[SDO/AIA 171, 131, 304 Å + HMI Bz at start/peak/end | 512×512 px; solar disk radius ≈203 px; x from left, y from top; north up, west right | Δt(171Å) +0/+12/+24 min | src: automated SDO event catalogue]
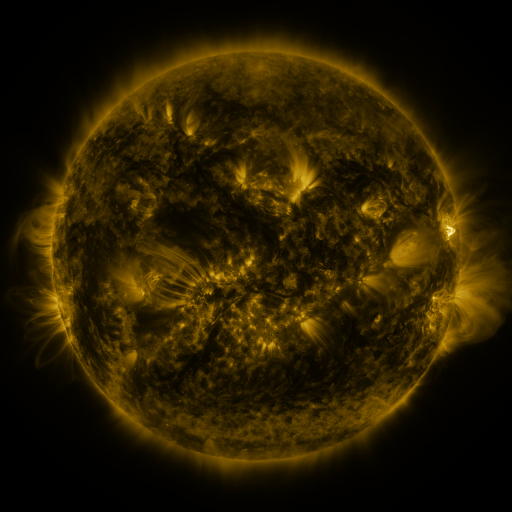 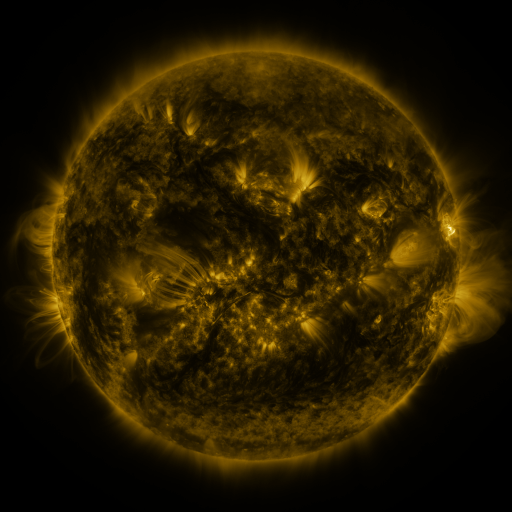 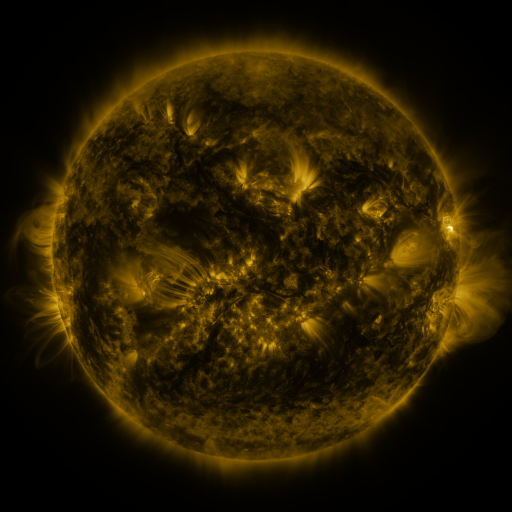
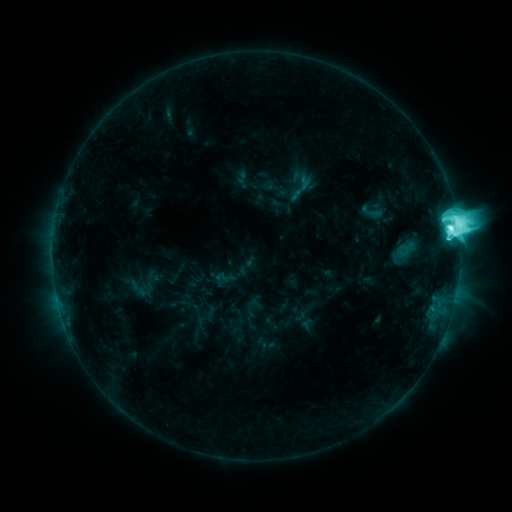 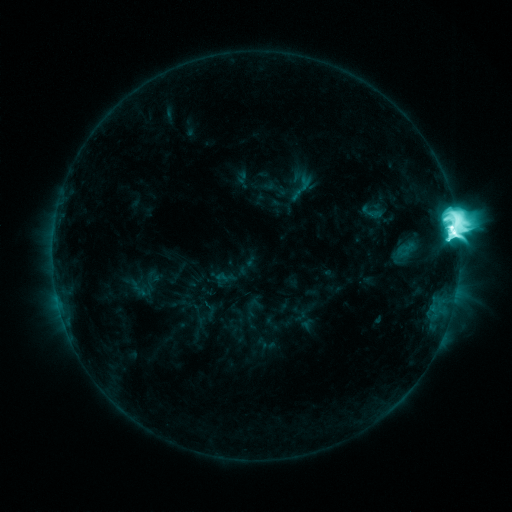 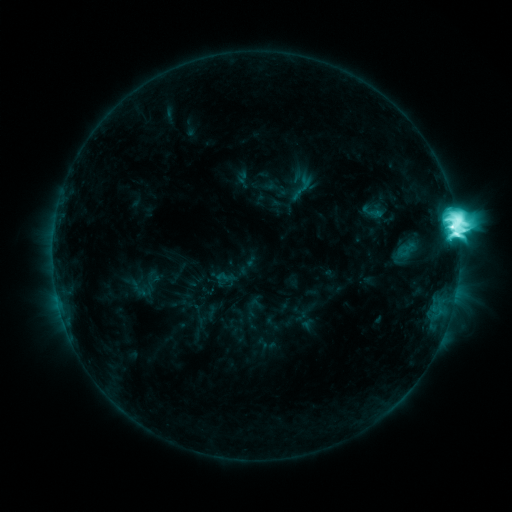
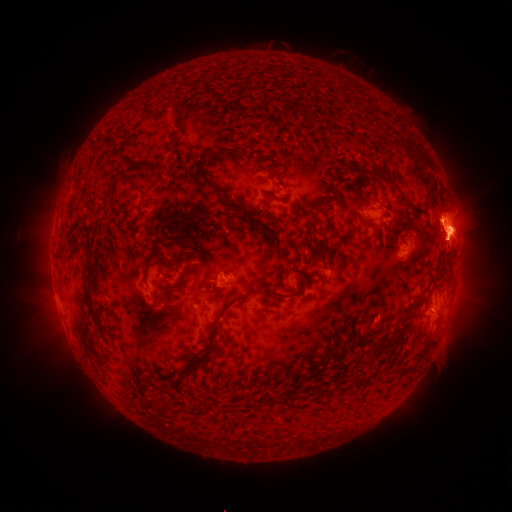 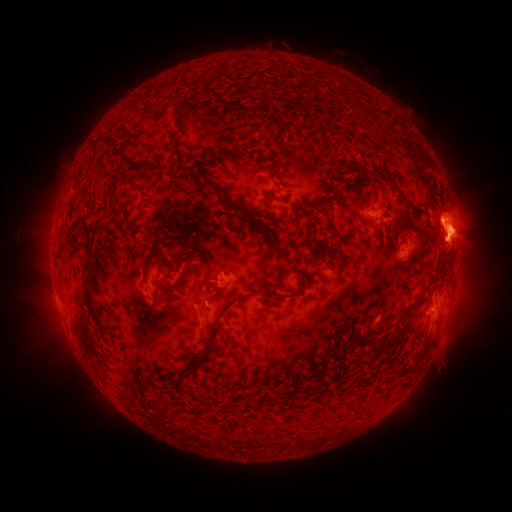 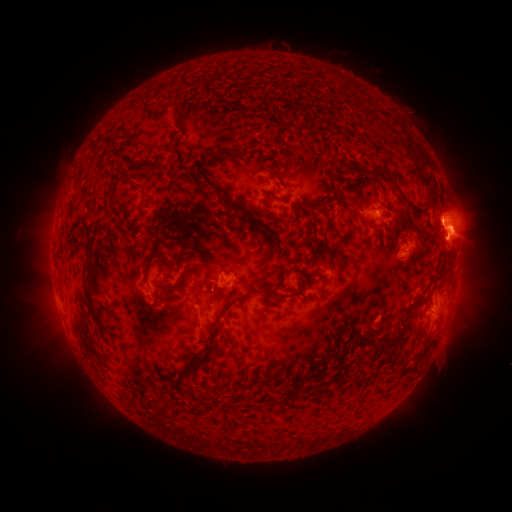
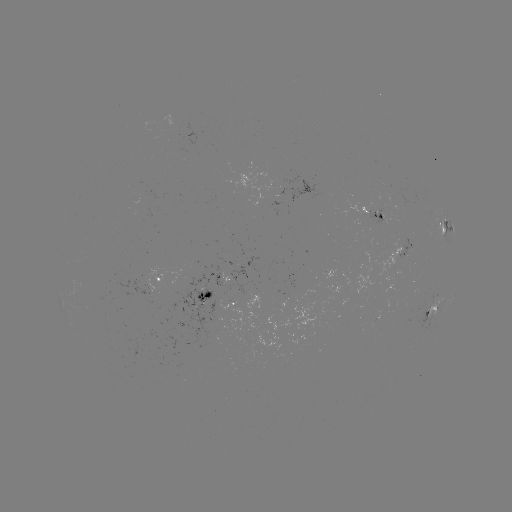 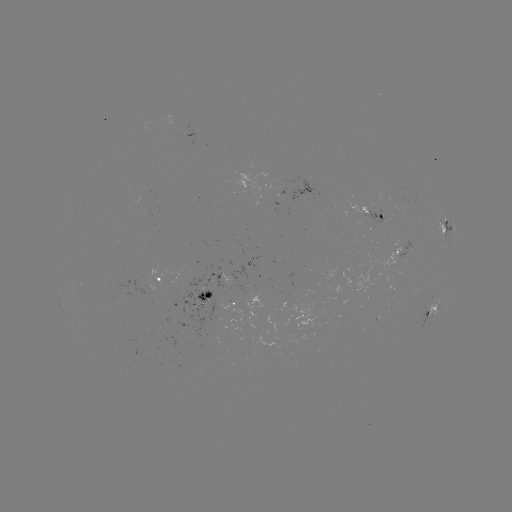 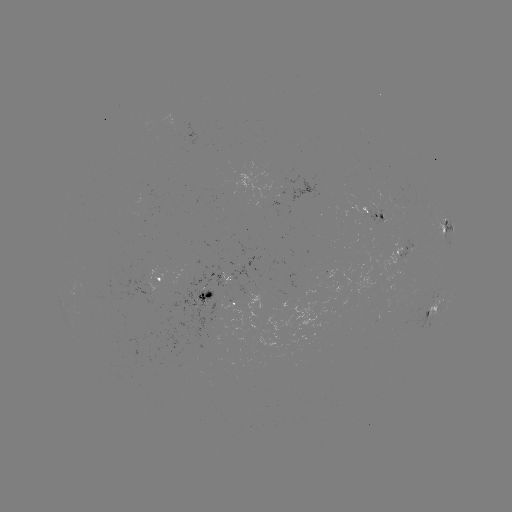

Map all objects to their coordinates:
M4.9 flare: (452, 234)
